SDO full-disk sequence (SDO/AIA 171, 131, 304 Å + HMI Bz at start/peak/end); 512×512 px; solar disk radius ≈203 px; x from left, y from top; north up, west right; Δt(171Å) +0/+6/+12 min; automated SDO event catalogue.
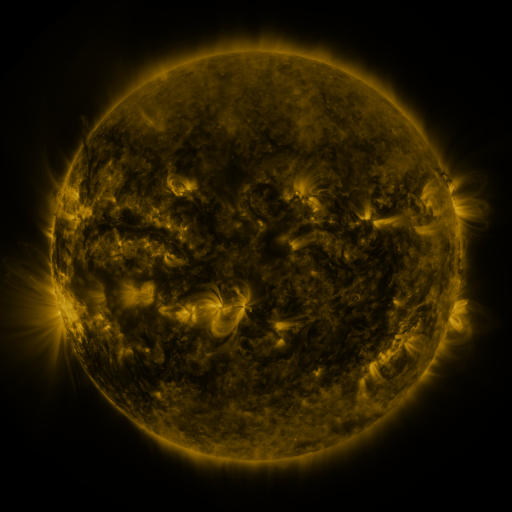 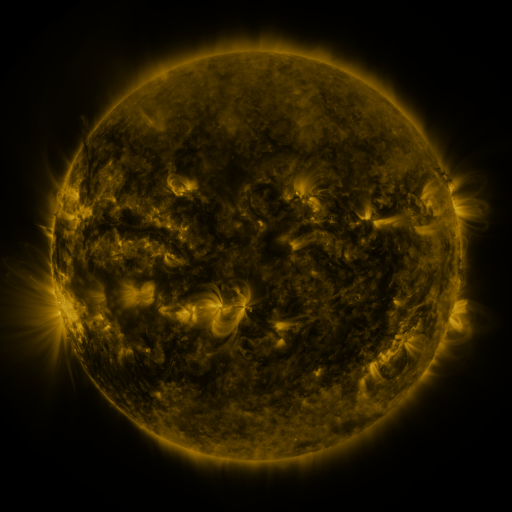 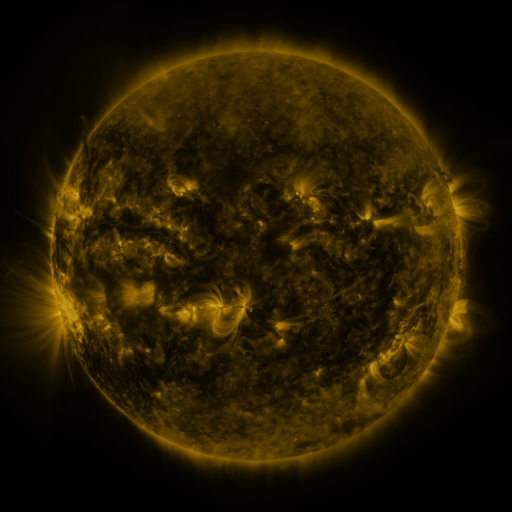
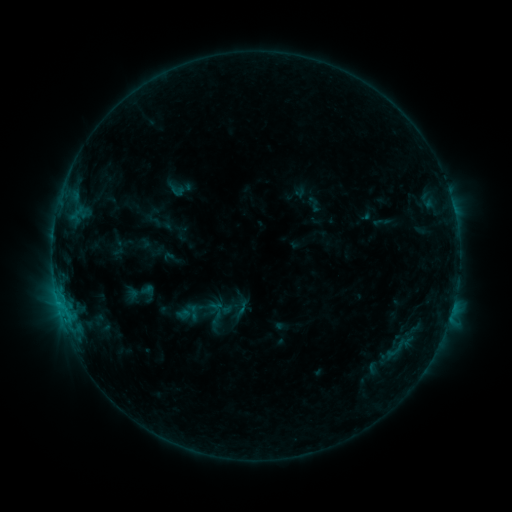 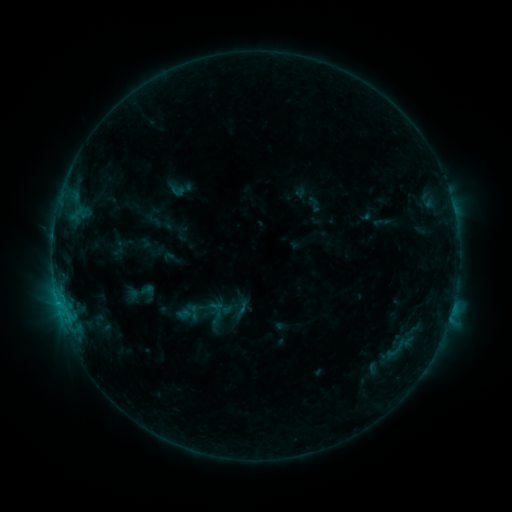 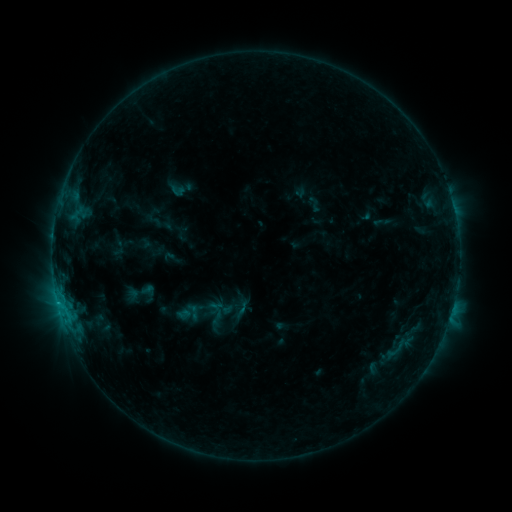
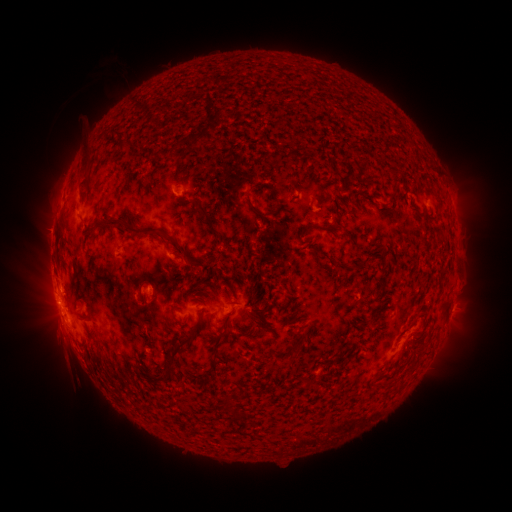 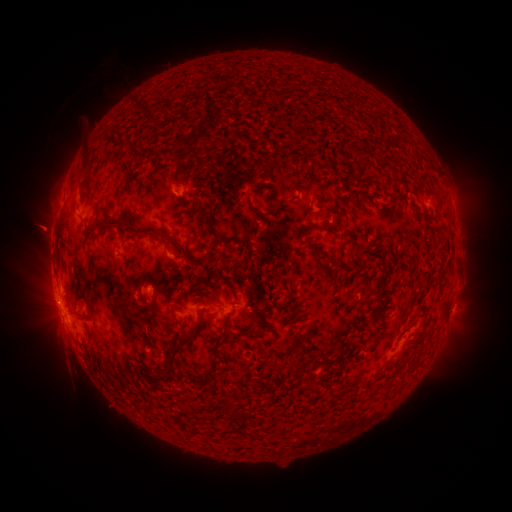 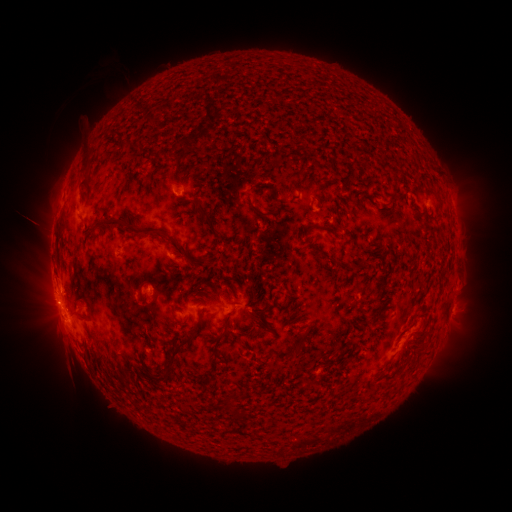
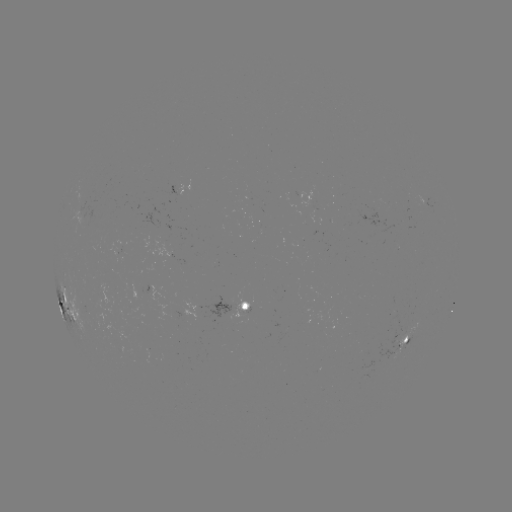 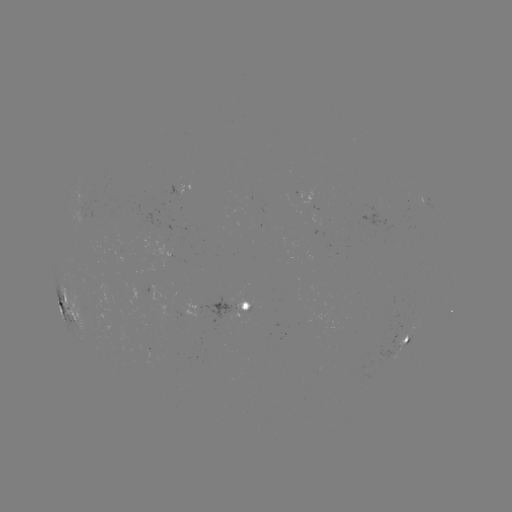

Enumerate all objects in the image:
eruption: (46, 230)
